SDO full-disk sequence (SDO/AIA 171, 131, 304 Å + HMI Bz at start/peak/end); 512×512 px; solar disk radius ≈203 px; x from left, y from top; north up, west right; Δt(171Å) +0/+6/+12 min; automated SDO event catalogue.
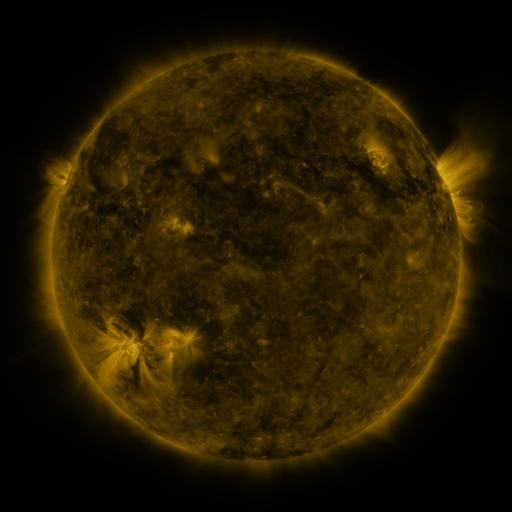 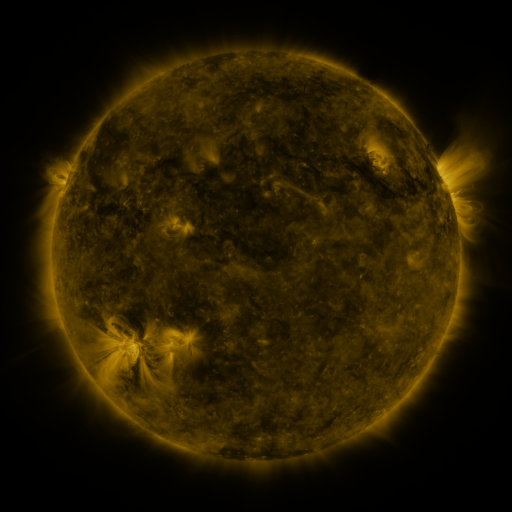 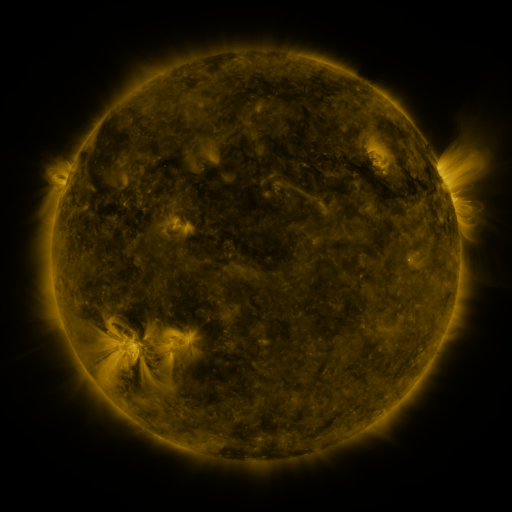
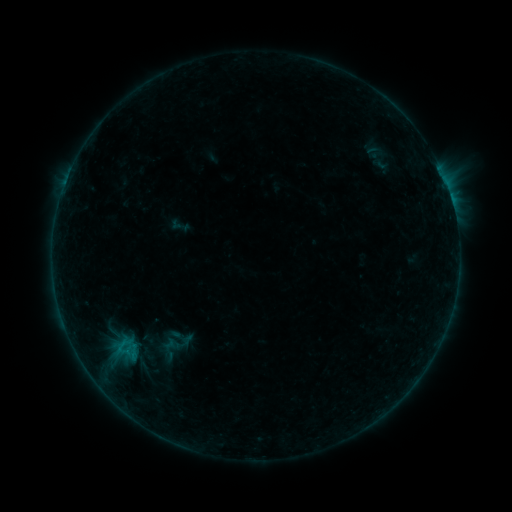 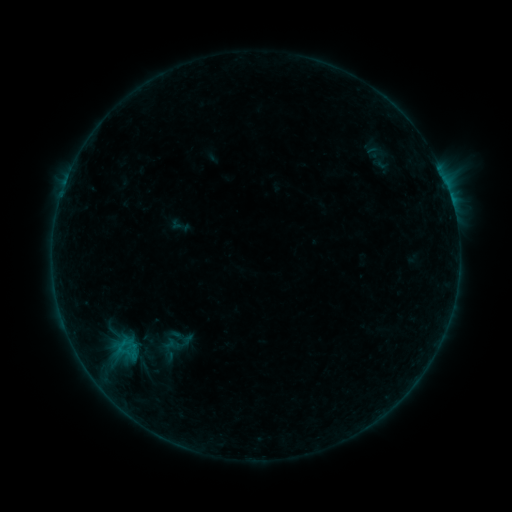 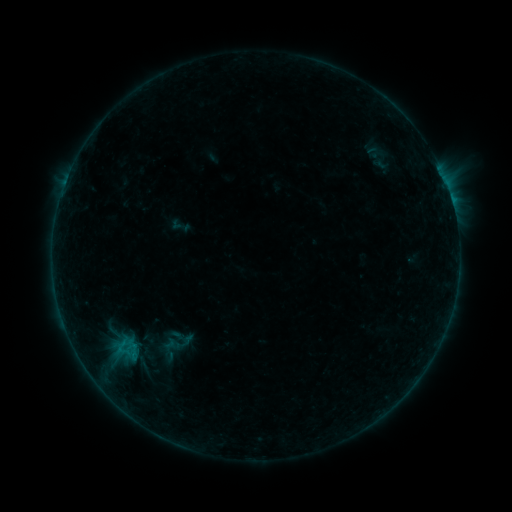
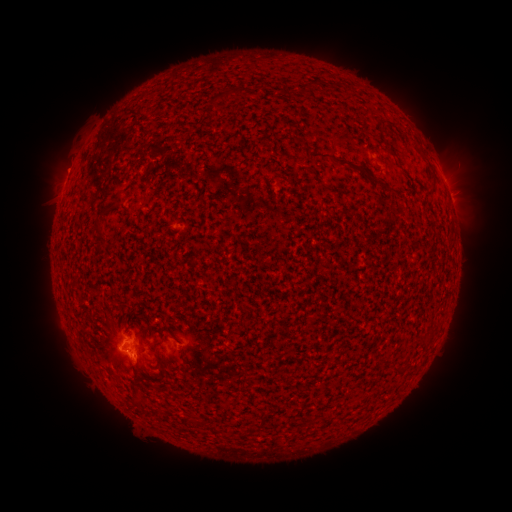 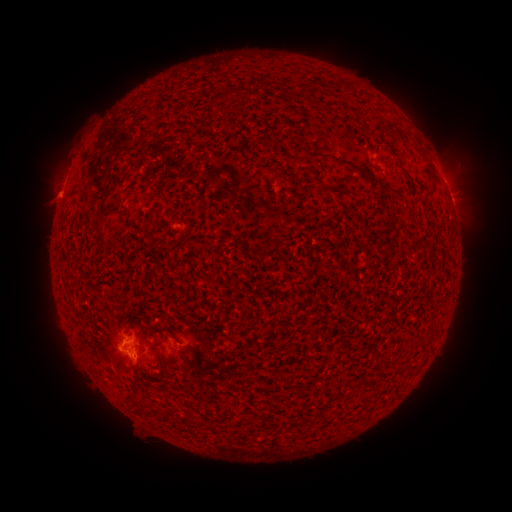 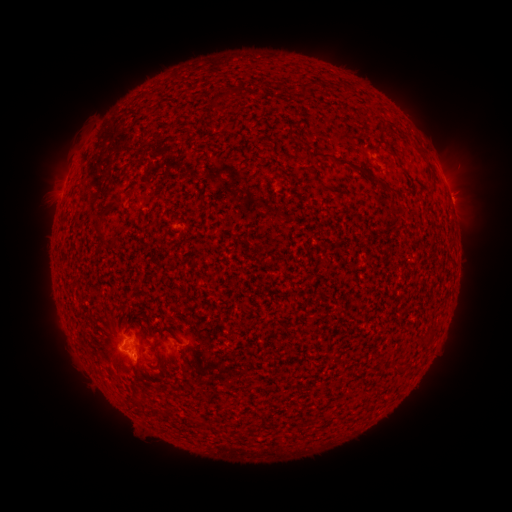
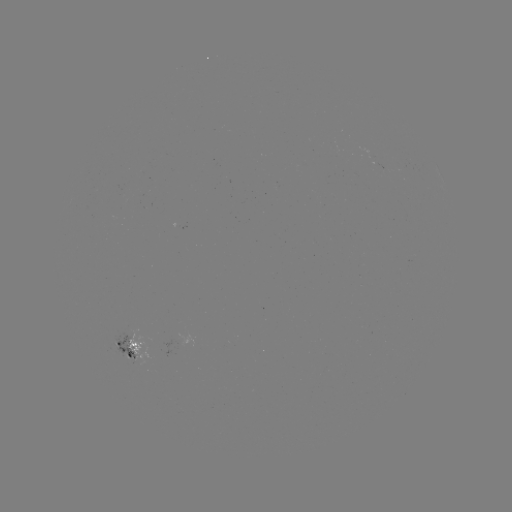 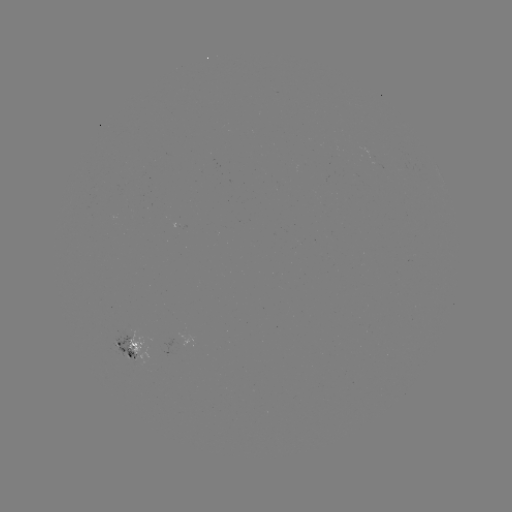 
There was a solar eruption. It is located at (45, 194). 